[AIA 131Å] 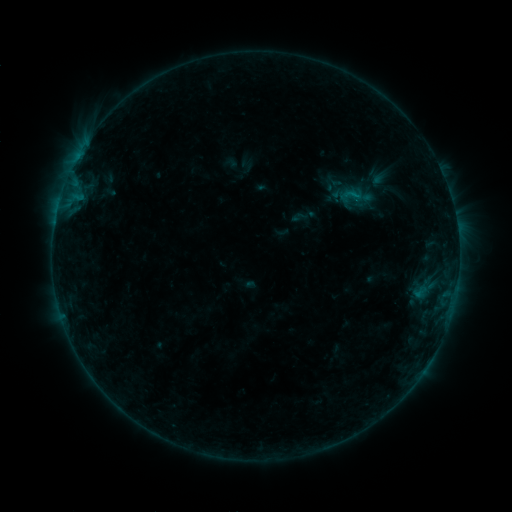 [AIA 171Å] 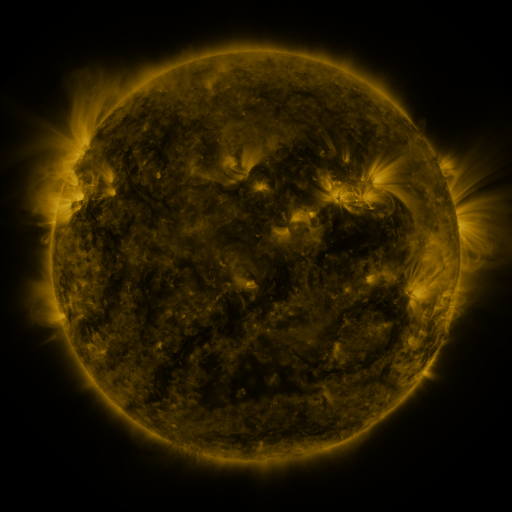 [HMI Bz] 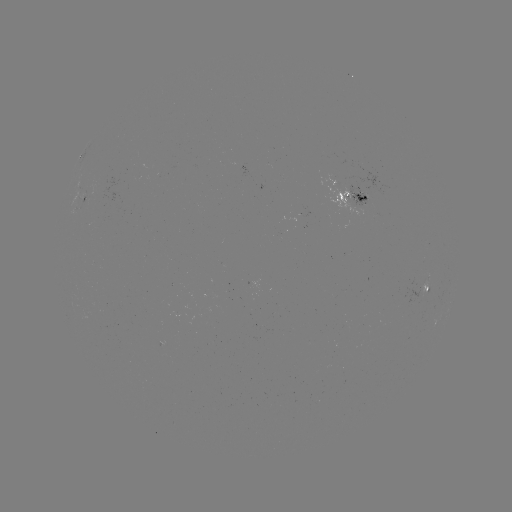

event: sigmoid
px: (352, 195)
